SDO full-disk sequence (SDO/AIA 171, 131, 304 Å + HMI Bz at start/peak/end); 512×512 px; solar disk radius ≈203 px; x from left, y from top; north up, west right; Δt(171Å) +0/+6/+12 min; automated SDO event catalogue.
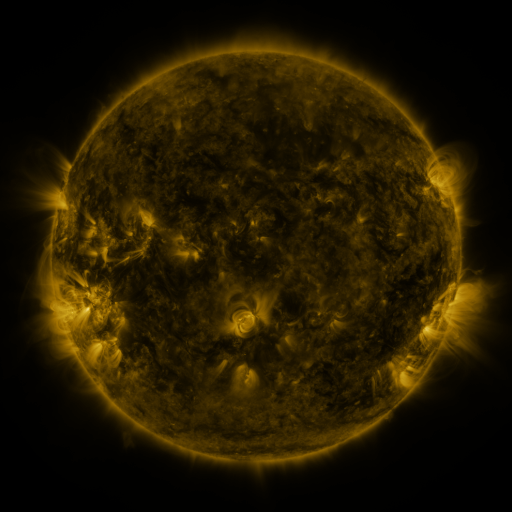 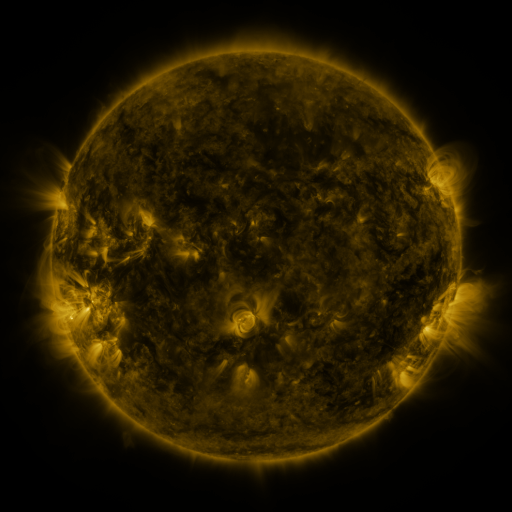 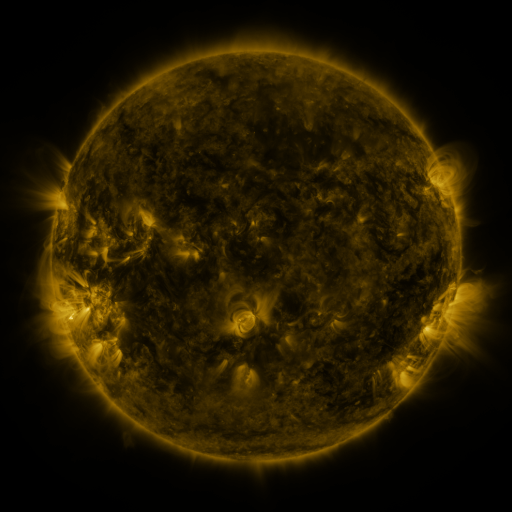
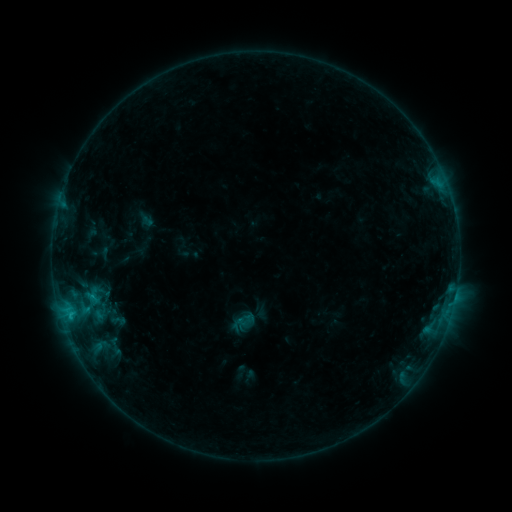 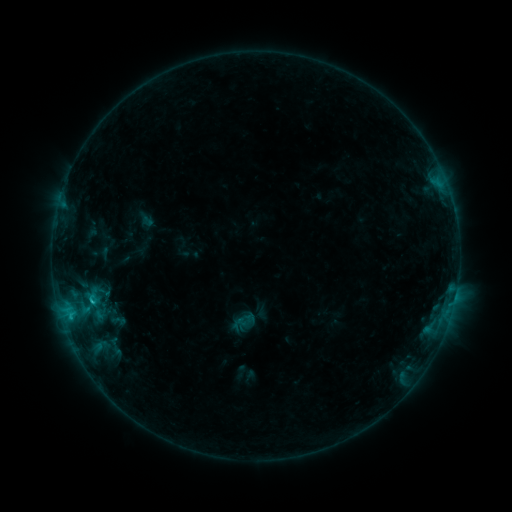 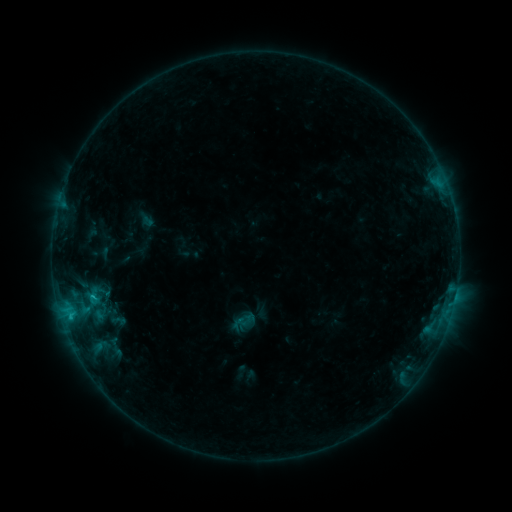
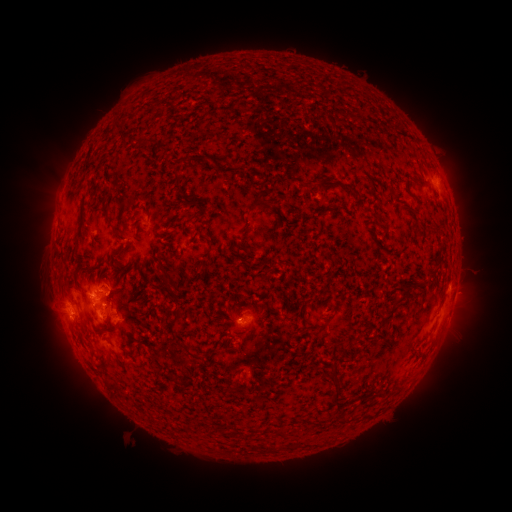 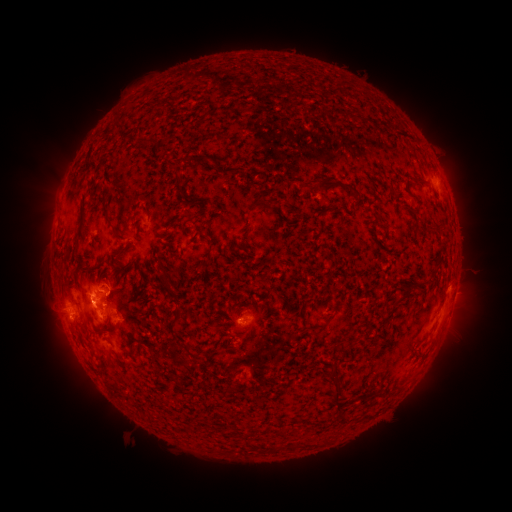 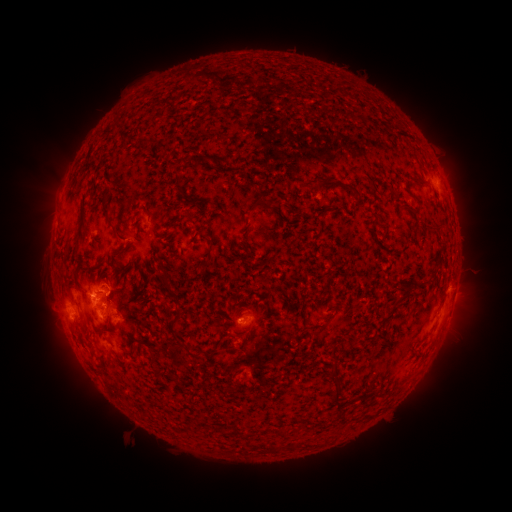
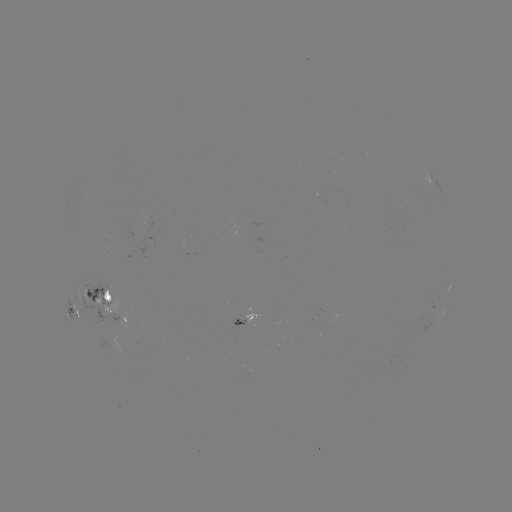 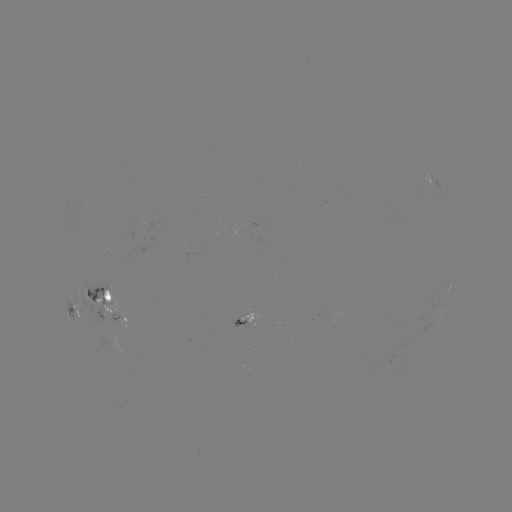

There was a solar flare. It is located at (94, 301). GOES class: C1.1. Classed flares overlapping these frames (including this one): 1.